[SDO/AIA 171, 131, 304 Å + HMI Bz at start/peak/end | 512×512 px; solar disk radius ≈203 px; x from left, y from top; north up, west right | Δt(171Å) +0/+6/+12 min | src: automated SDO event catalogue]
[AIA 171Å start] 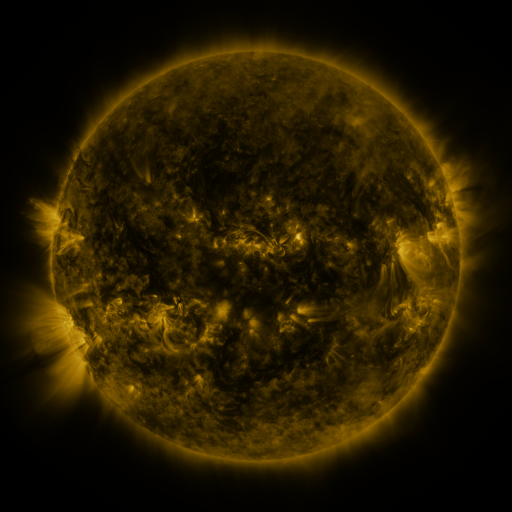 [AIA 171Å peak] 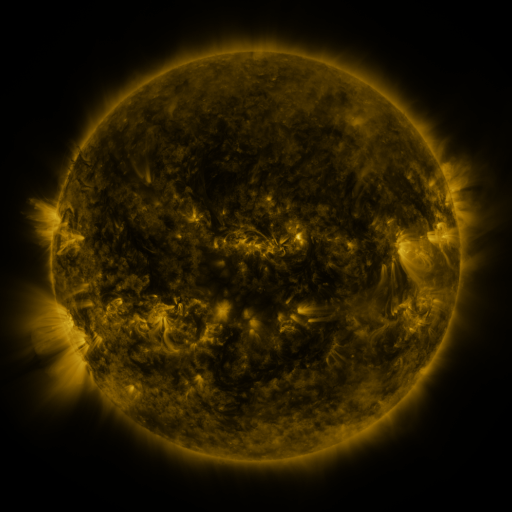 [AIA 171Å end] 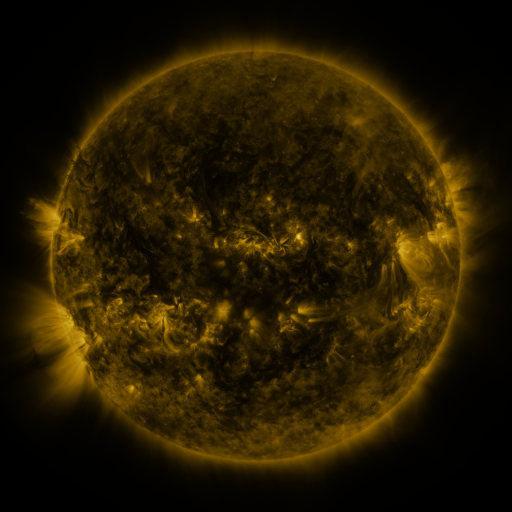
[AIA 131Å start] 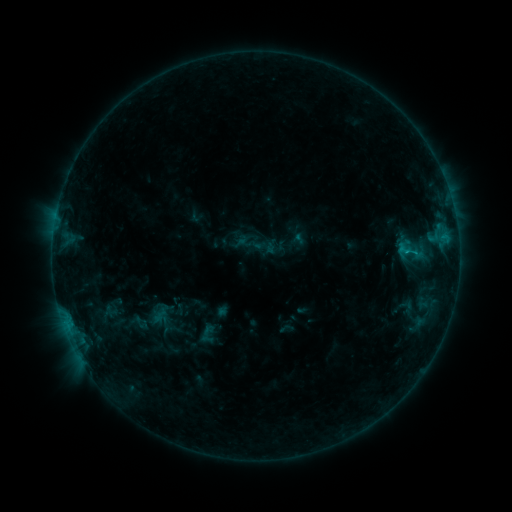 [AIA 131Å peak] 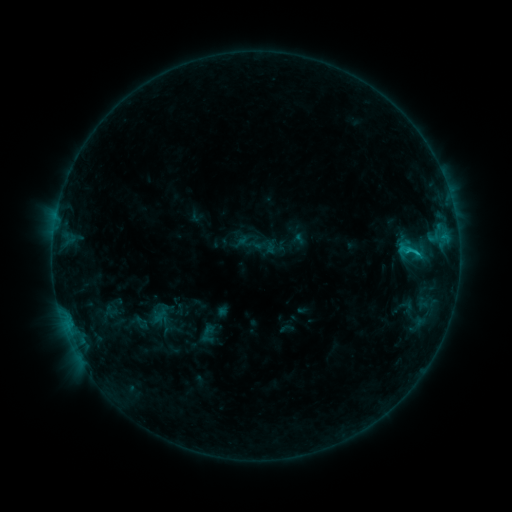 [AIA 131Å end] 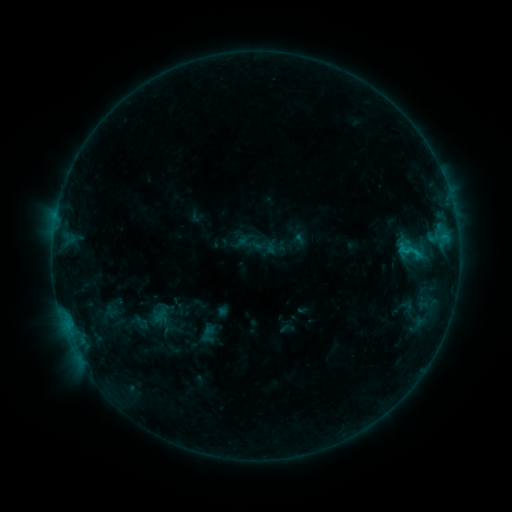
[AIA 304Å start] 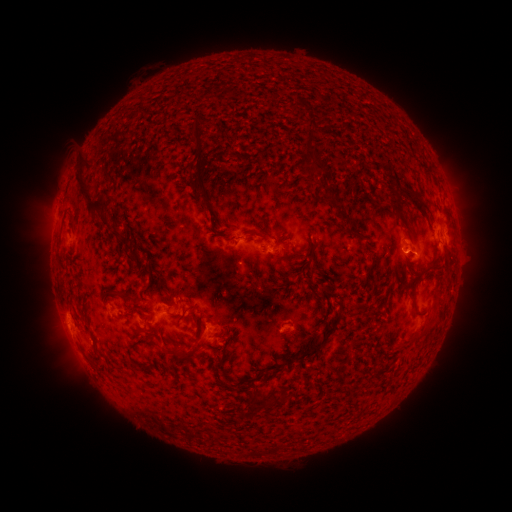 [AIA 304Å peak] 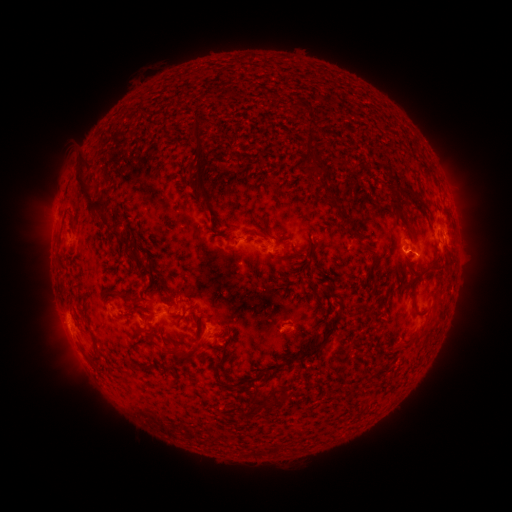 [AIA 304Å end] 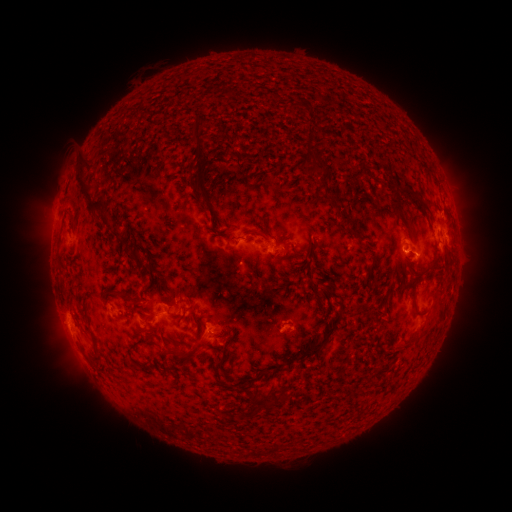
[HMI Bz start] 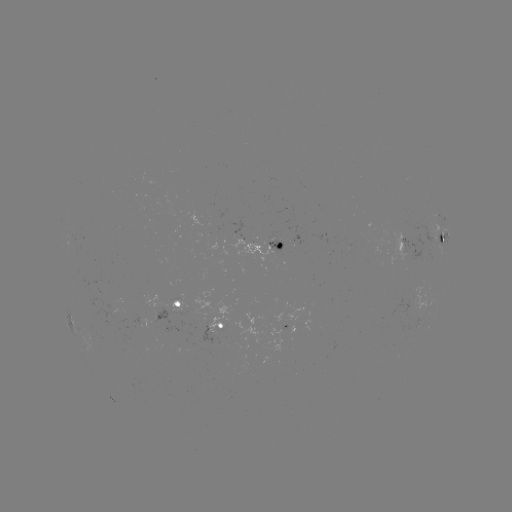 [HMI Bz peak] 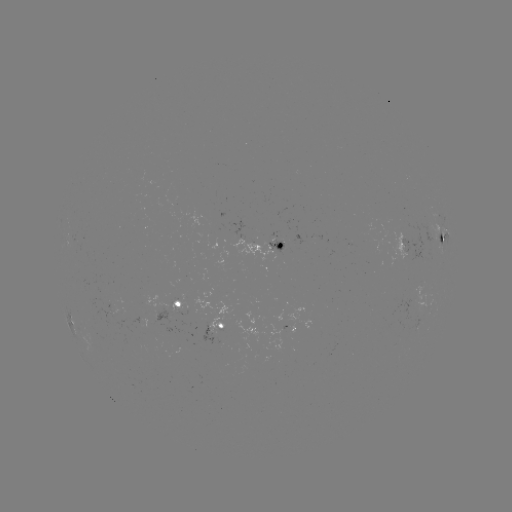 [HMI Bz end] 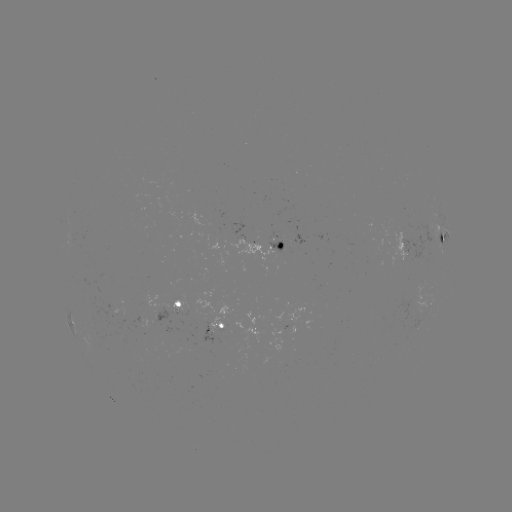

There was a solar flare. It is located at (406, 251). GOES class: B8.1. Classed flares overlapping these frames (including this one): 1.